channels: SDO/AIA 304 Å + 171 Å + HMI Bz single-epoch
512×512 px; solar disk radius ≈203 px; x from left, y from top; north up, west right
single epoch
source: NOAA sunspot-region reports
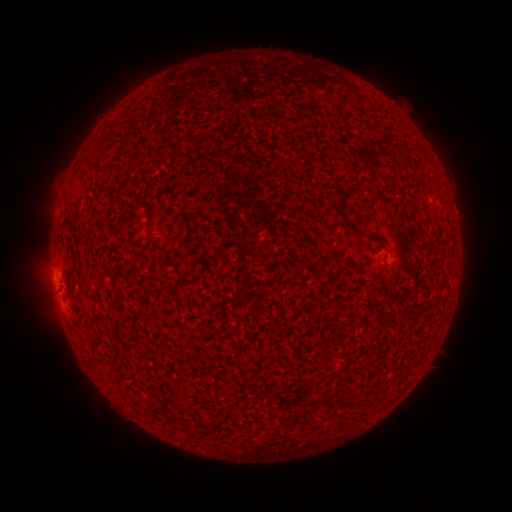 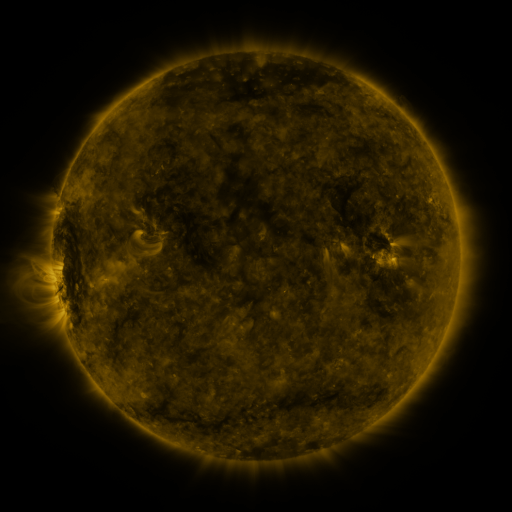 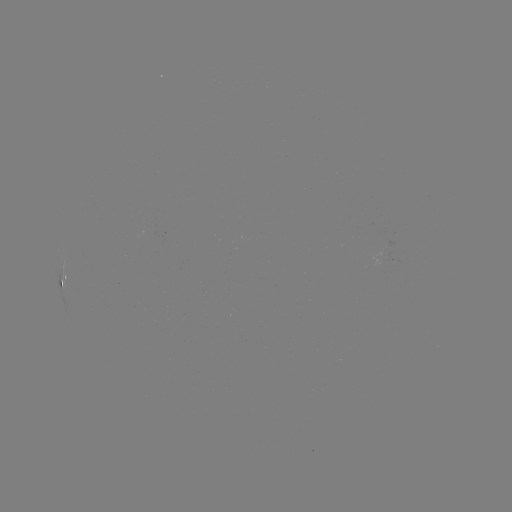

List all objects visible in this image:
(none)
